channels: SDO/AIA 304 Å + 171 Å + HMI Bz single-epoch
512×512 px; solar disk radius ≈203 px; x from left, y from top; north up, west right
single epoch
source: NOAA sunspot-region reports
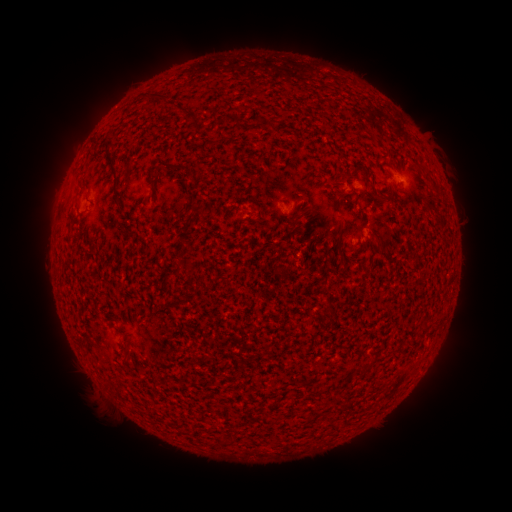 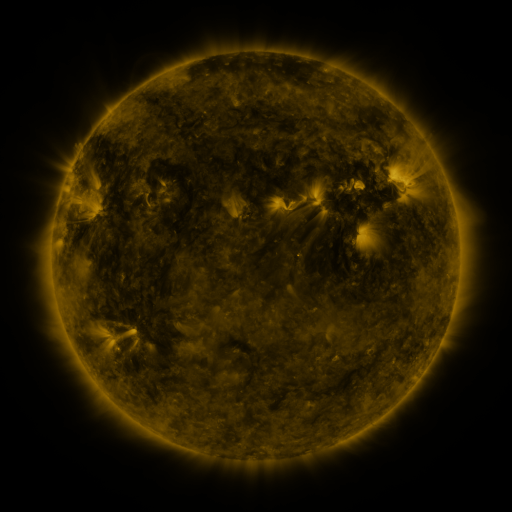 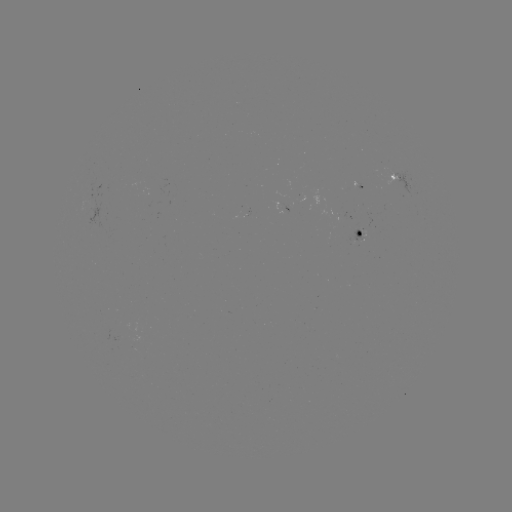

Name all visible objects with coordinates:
spotted active region: (400, 181)
spotted active region: (354, 190)
spotted active region: (340, 194)
spotted active region: (361, 235)
